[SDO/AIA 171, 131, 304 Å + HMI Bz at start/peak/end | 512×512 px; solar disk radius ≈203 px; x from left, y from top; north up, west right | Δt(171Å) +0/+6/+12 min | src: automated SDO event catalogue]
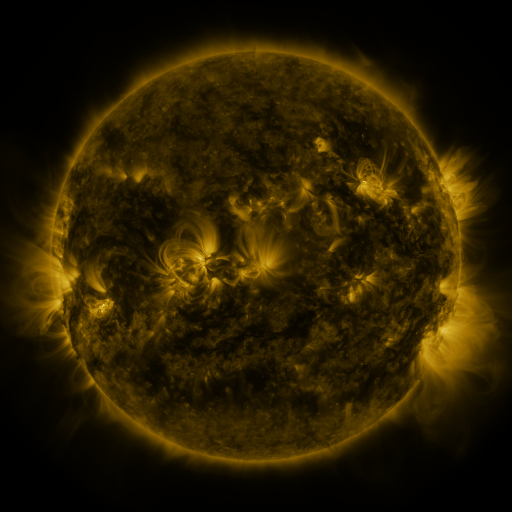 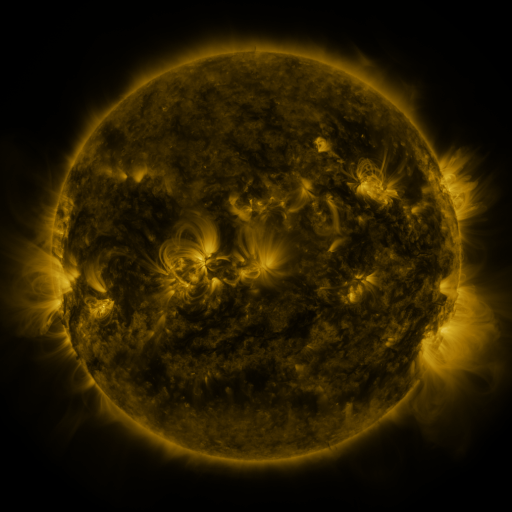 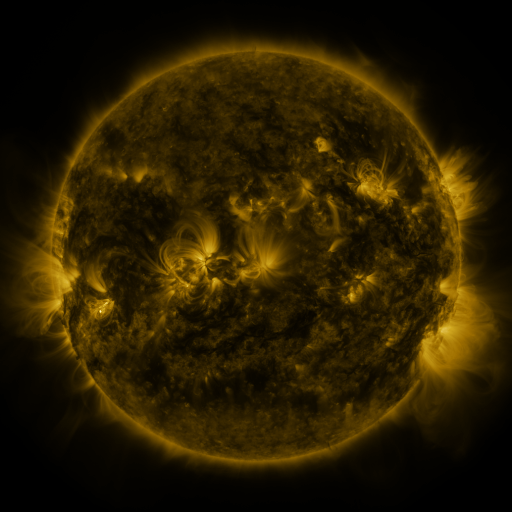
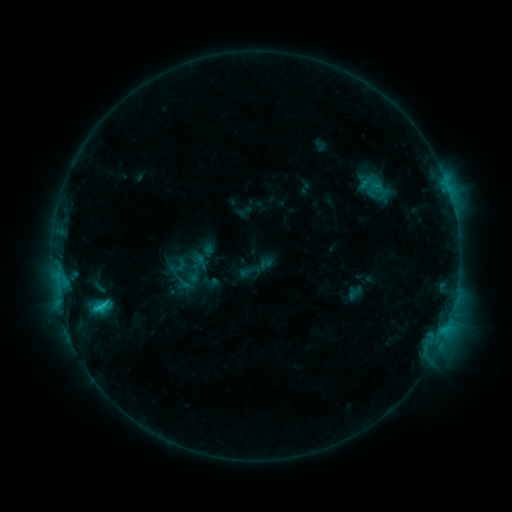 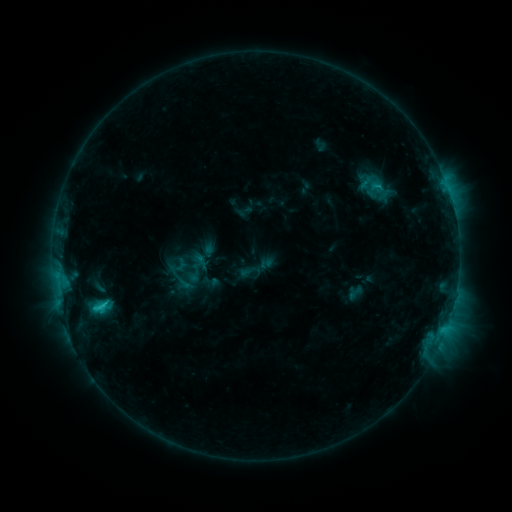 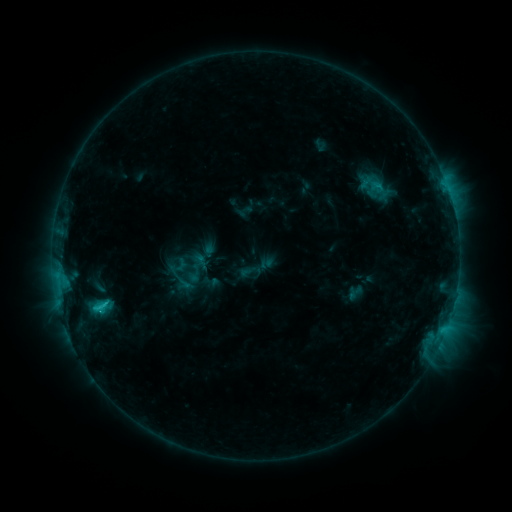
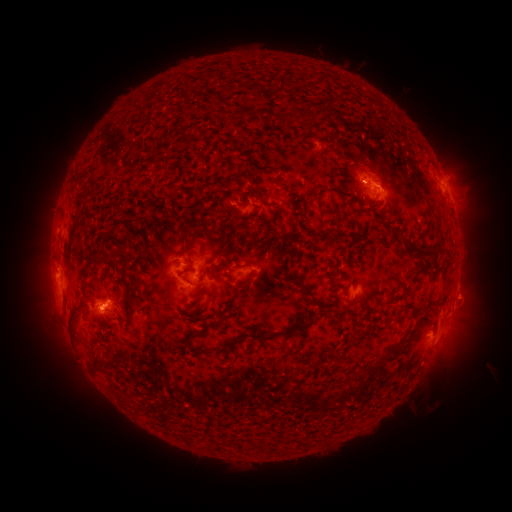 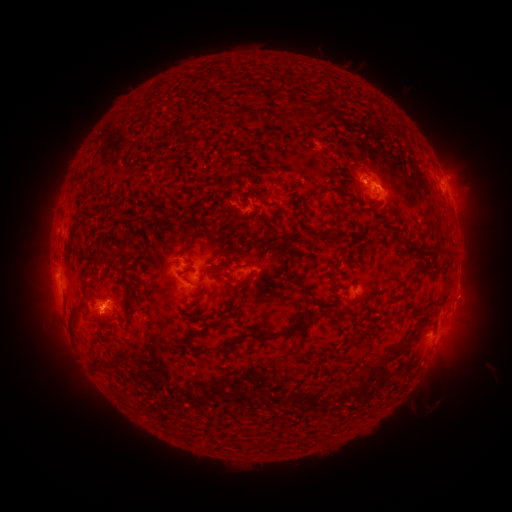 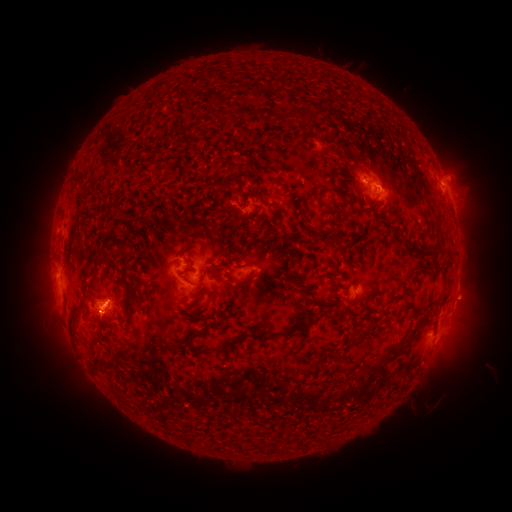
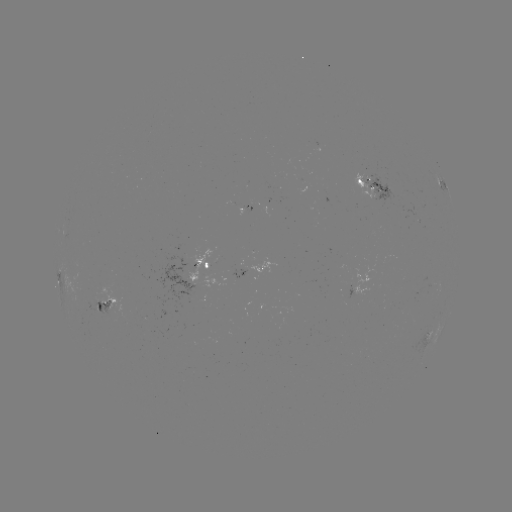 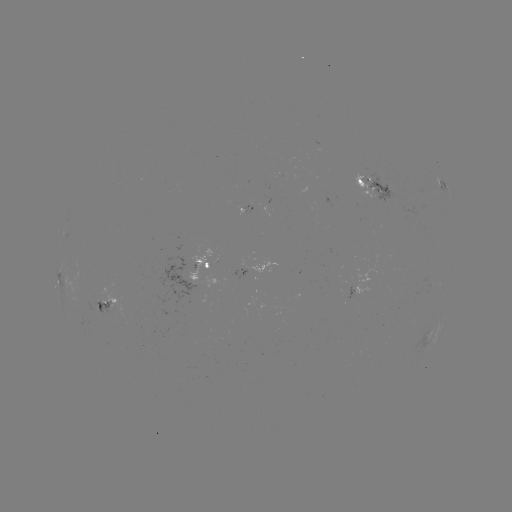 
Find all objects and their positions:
eruption: (468, 297)
